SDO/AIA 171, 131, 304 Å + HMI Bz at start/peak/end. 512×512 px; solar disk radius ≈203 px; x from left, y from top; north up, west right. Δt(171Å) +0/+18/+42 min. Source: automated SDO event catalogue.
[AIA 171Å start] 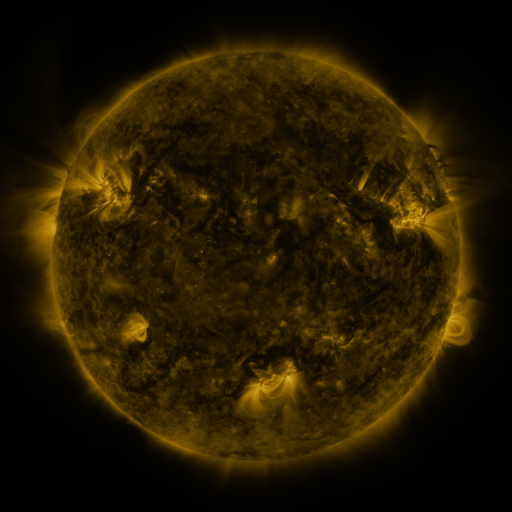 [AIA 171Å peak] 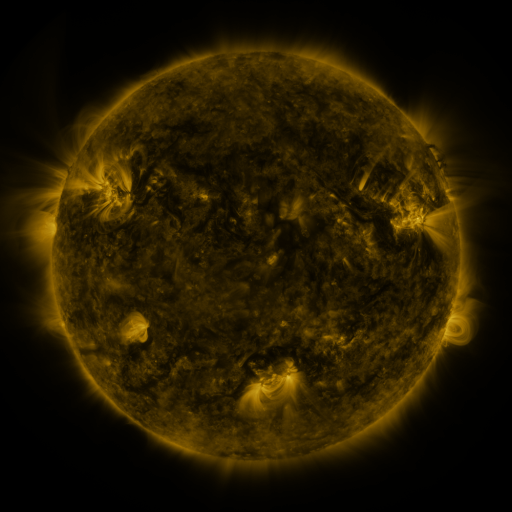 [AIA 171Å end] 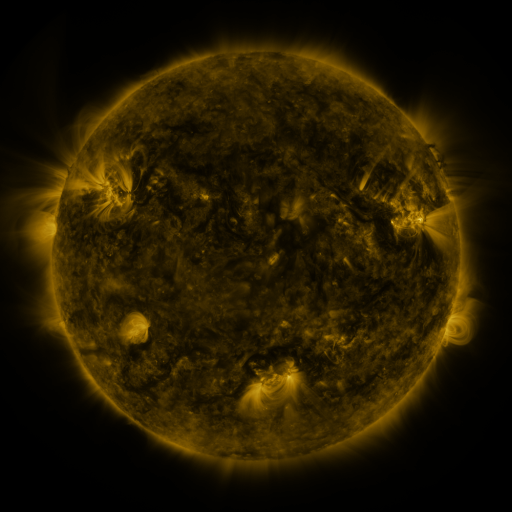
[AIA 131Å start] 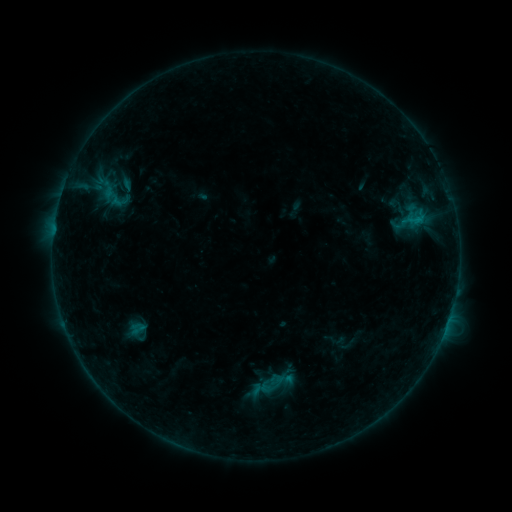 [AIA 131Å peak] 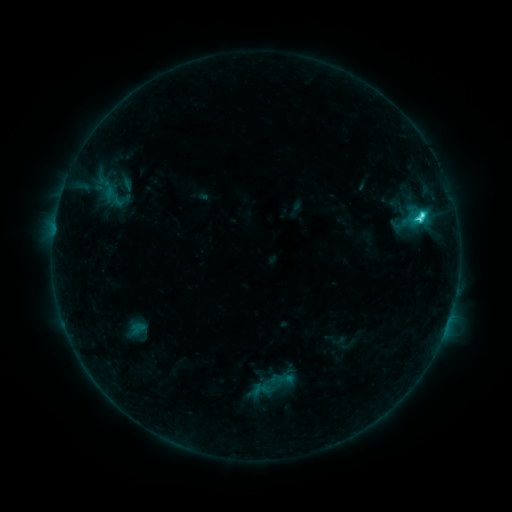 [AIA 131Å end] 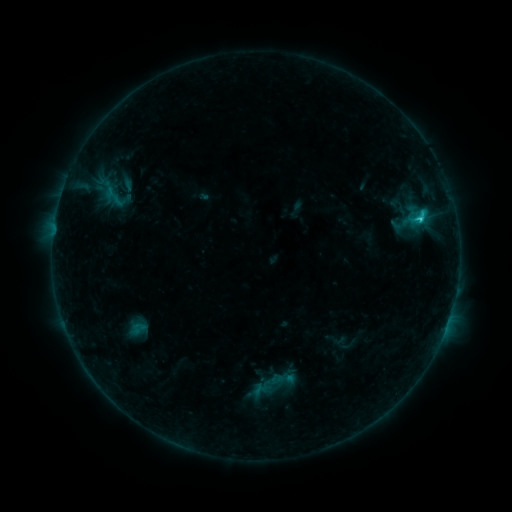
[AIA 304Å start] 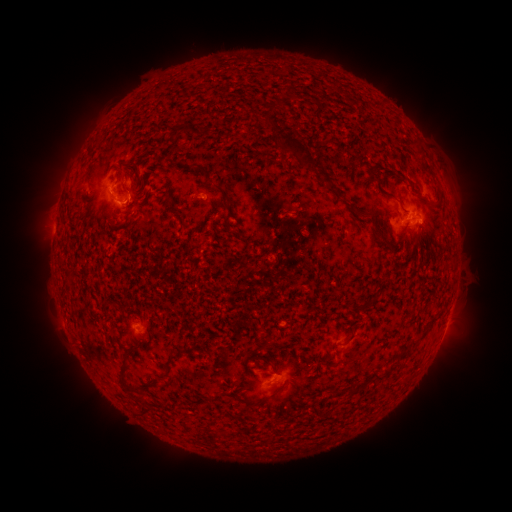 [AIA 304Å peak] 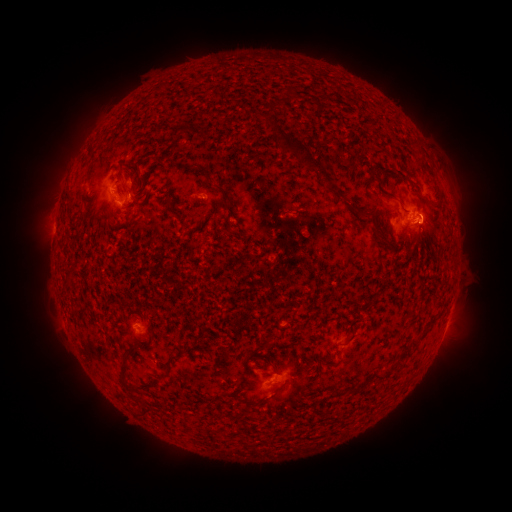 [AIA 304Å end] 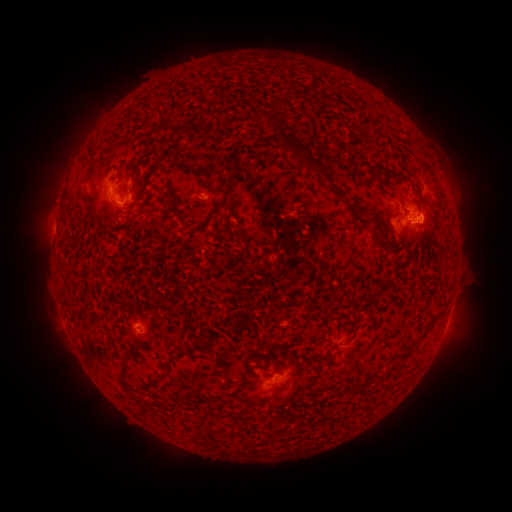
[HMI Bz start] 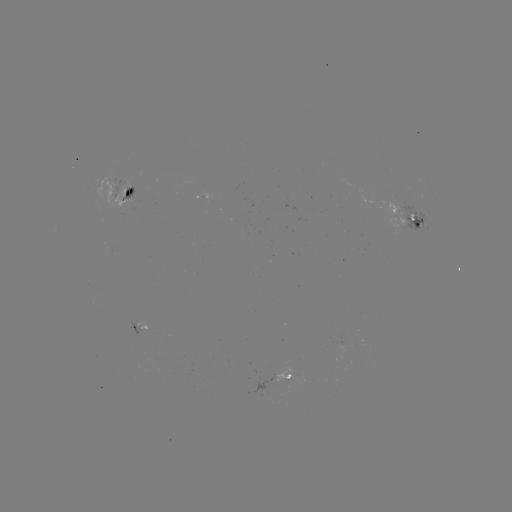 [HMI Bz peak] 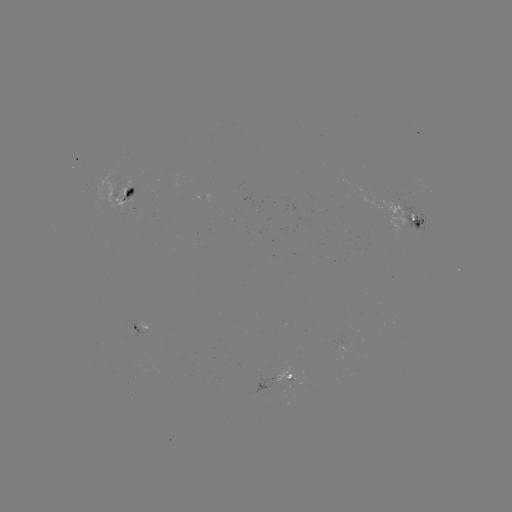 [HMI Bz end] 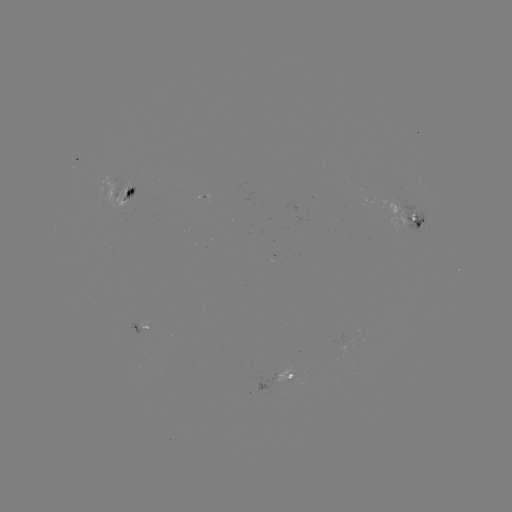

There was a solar flare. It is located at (419, 221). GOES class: C3.2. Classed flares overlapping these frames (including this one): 1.